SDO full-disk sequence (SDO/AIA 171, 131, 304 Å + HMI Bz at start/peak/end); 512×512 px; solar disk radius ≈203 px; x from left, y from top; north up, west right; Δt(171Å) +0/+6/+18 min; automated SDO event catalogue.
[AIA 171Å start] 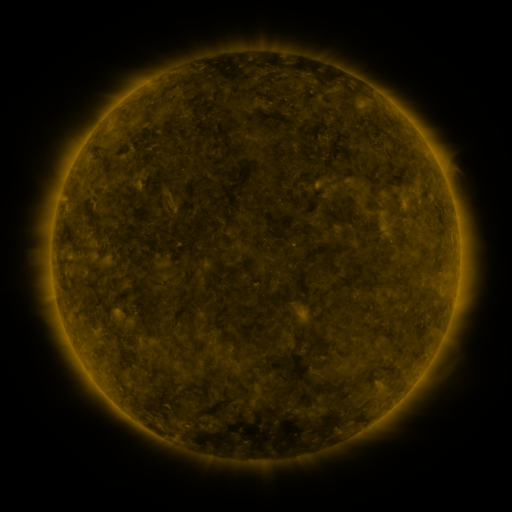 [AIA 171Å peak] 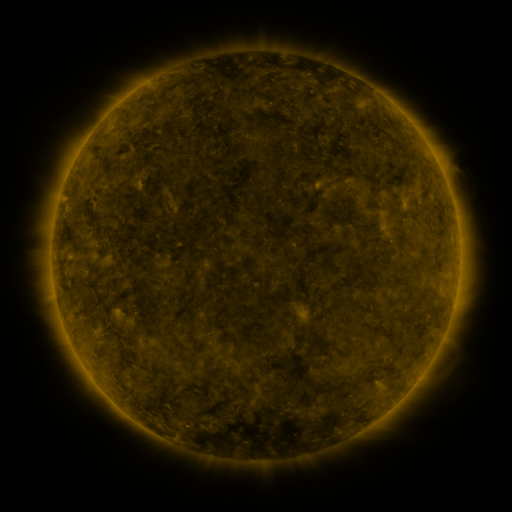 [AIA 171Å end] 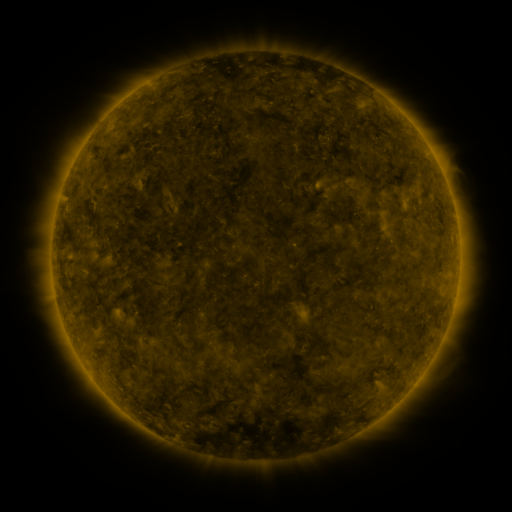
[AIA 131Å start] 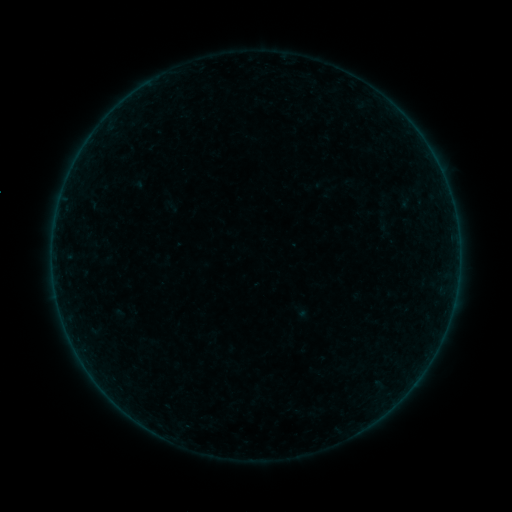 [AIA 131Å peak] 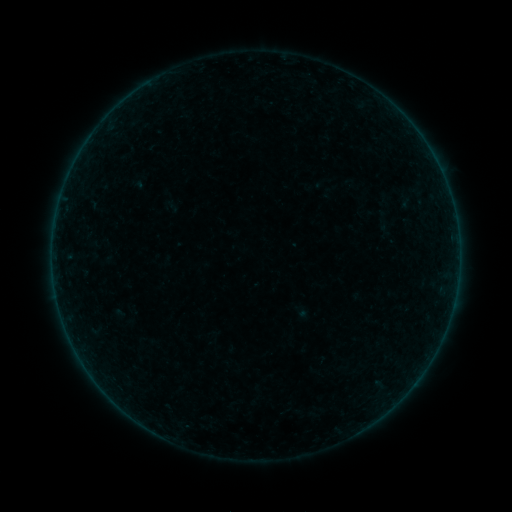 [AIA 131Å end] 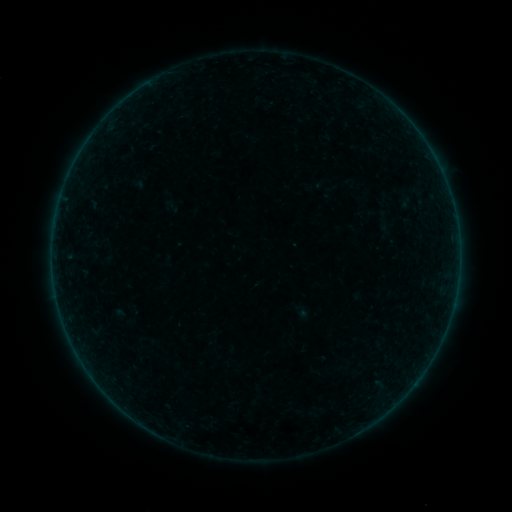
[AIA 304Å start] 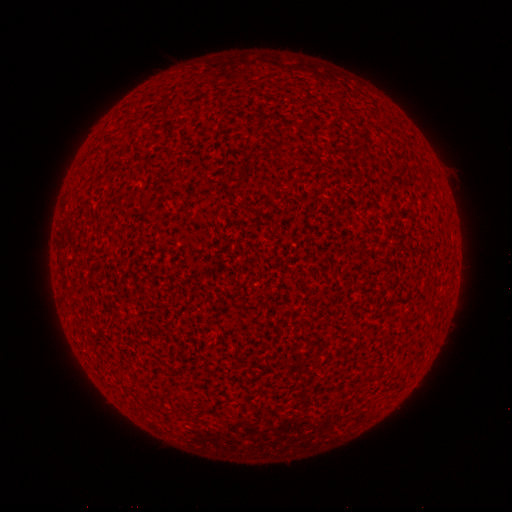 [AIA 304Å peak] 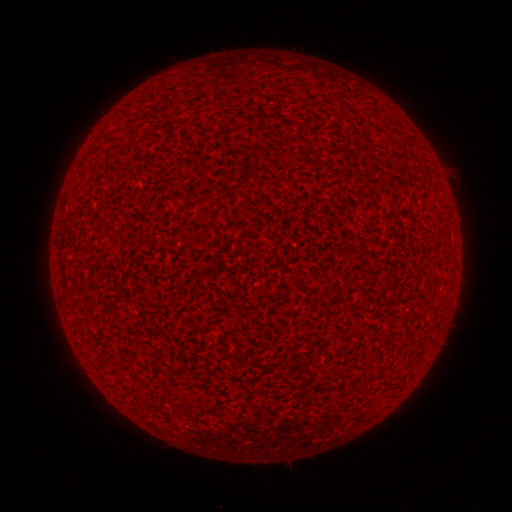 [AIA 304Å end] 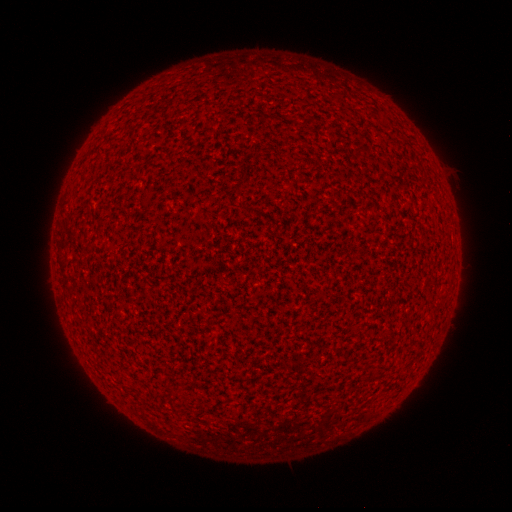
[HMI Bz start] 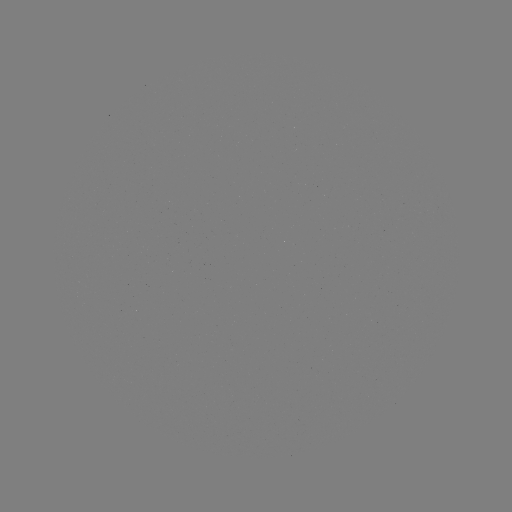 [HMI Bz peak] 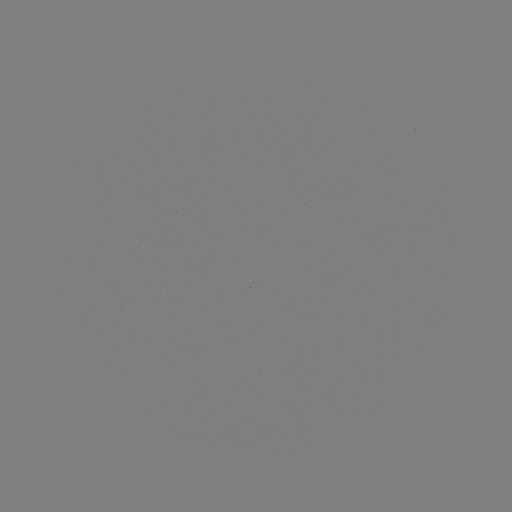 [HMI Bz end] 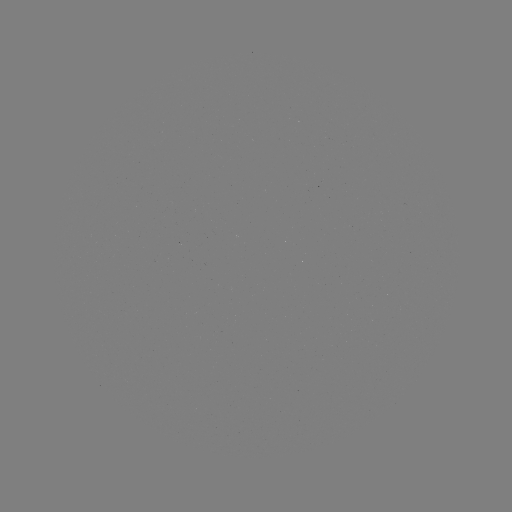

no flare in any classed list; no EUV-trigger detection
